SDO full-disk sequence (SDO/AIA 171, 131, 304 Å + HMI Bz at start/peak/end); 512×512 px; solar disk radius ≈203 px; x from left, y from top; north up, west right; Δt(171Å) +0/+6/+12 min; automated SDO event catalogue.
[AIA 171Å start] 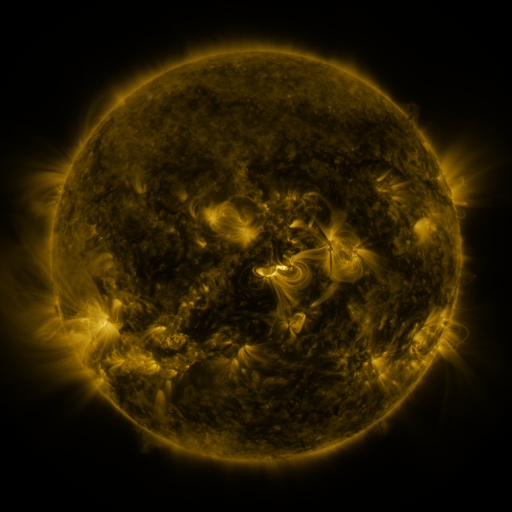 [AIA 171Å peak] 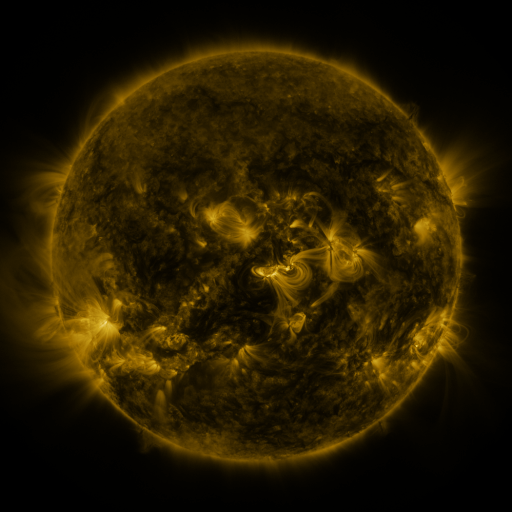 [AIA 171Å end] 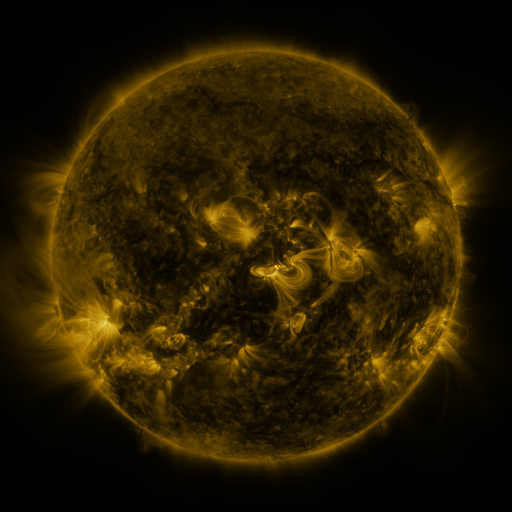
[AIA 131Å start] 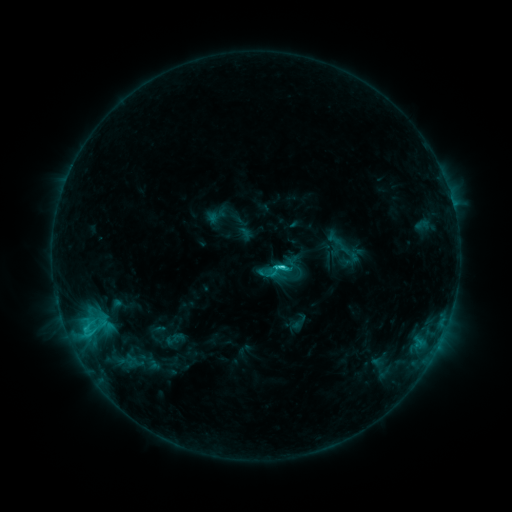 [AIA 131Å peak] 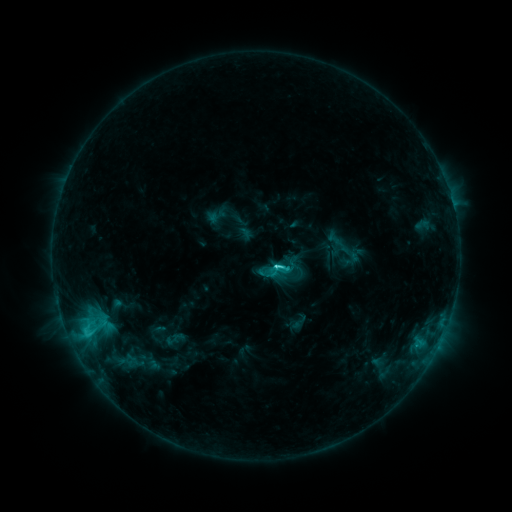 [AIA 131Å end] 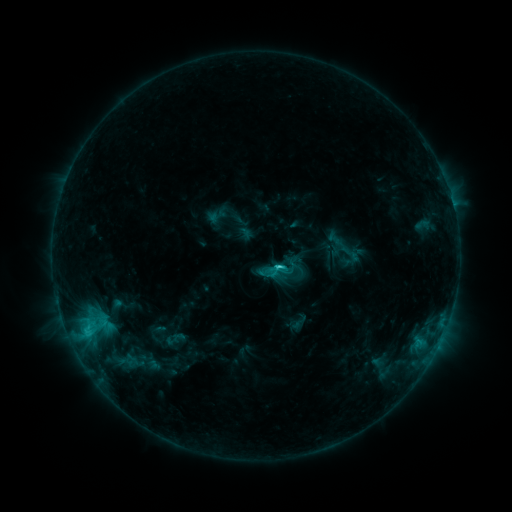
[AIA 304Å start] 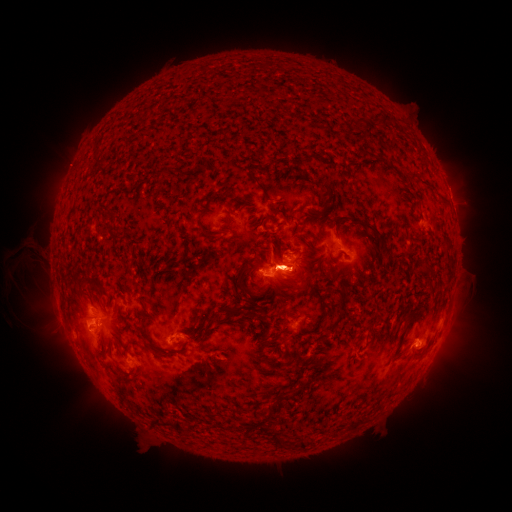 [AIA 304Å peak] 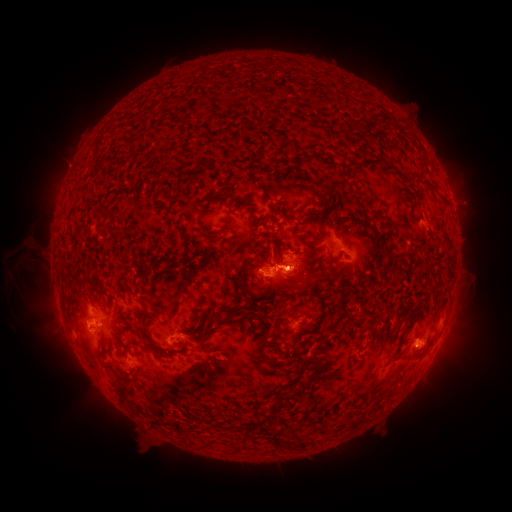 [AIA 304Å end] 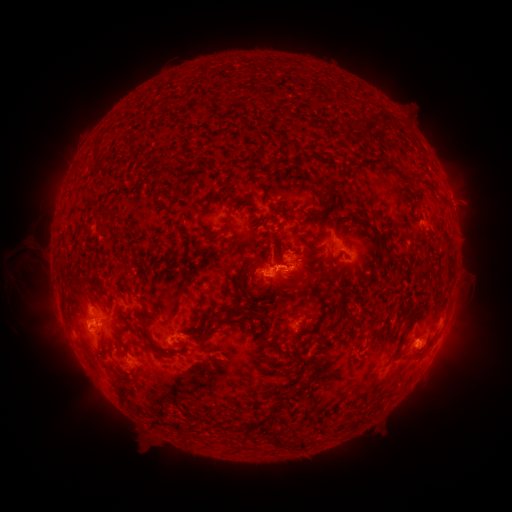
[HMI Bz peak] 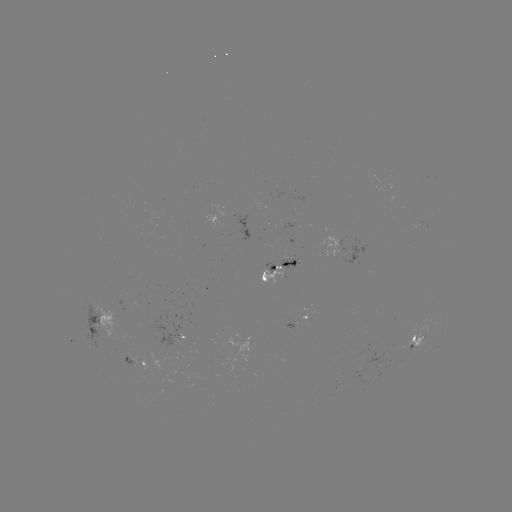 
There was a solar eruption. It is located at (298, 278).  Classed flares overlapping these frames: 1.